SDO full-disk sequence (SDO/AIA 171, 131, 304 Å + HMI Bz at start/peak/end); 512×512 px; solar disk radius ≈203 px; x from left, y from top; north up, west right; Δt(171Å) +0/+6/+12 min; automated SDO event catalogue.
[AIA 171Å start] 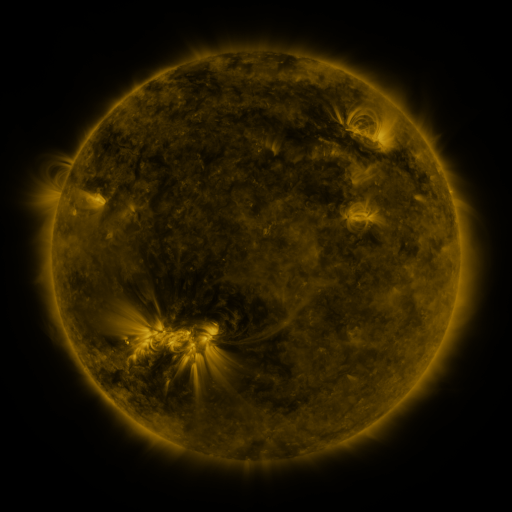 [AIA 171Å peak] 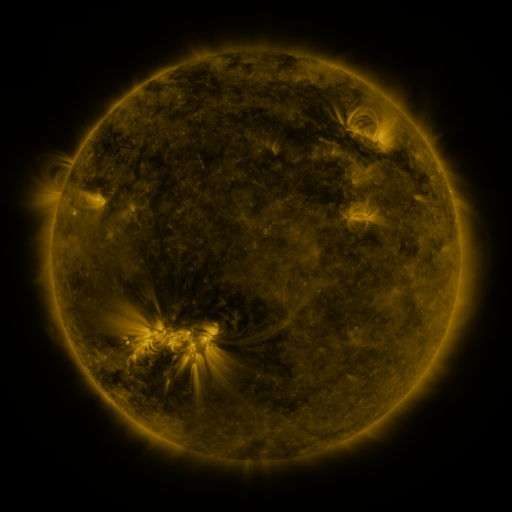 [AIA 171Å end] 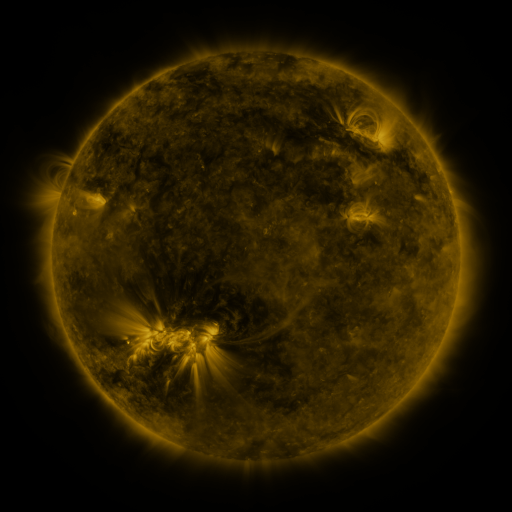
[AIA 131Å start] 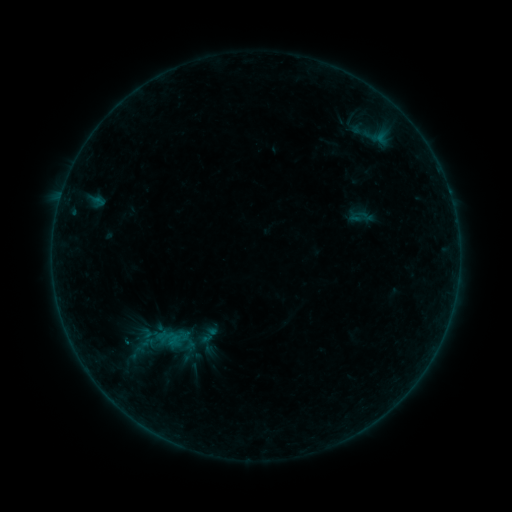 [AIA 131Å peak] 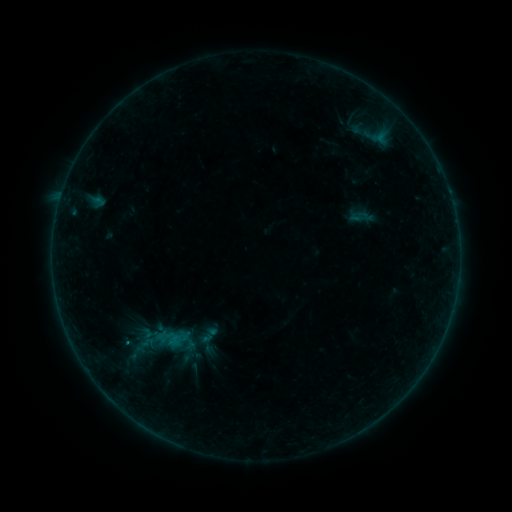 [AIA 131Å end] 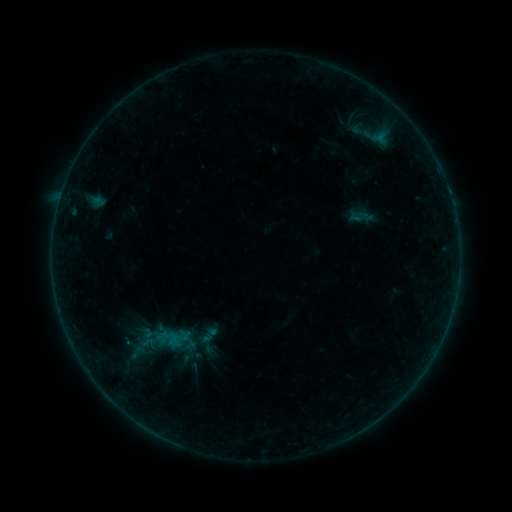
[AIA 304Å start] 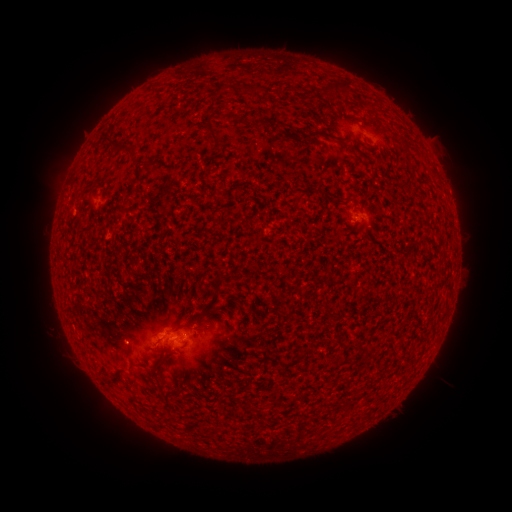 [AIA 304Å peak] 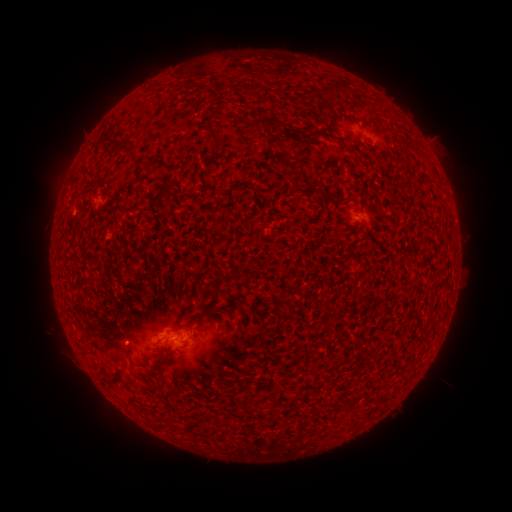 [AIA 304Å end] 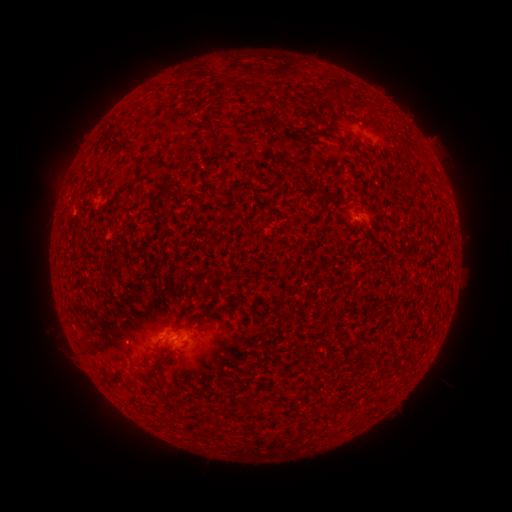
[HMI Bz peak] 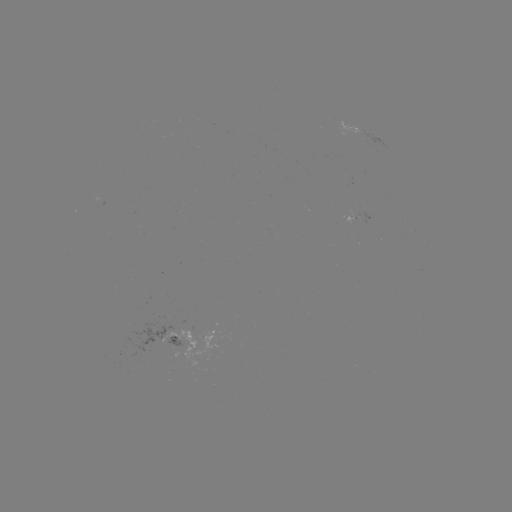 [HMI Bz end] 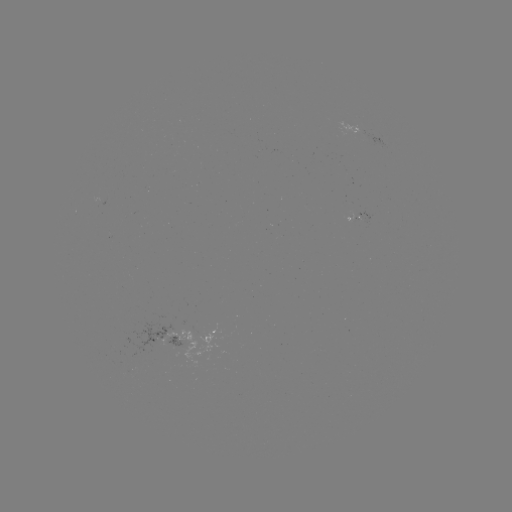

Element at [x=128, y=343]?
B1.6 flare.